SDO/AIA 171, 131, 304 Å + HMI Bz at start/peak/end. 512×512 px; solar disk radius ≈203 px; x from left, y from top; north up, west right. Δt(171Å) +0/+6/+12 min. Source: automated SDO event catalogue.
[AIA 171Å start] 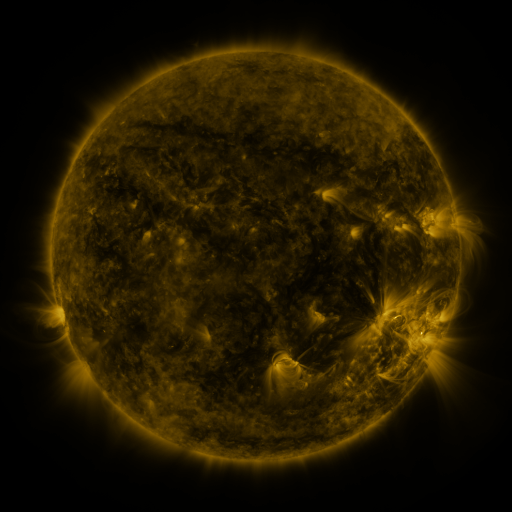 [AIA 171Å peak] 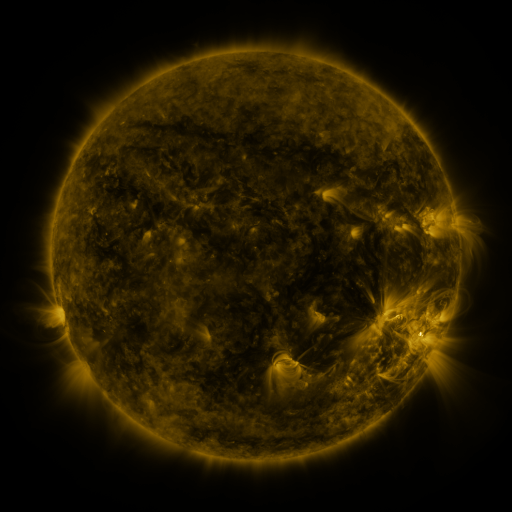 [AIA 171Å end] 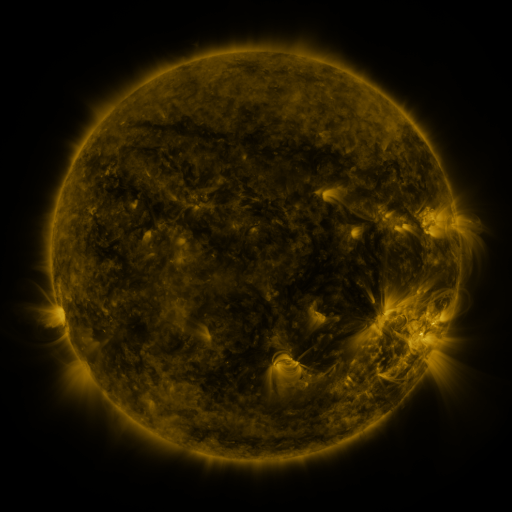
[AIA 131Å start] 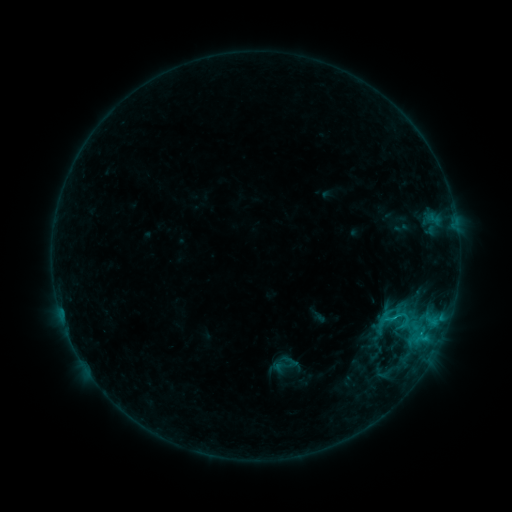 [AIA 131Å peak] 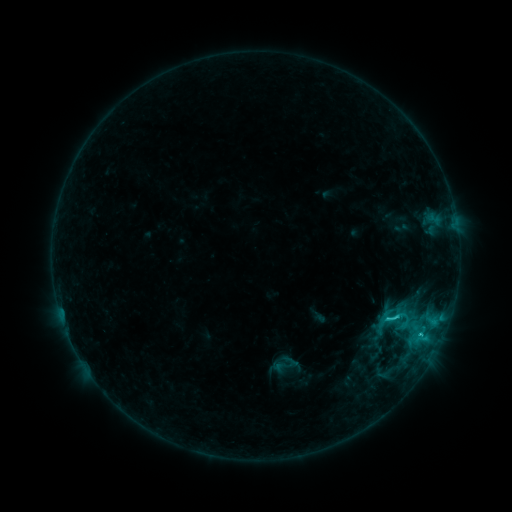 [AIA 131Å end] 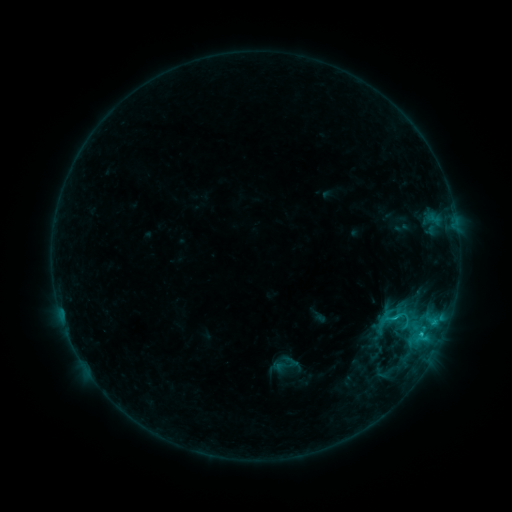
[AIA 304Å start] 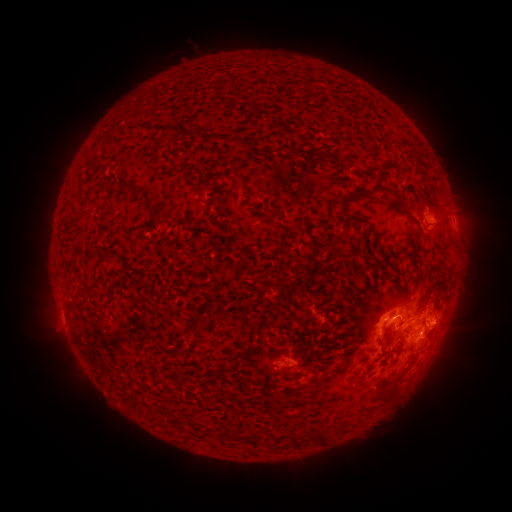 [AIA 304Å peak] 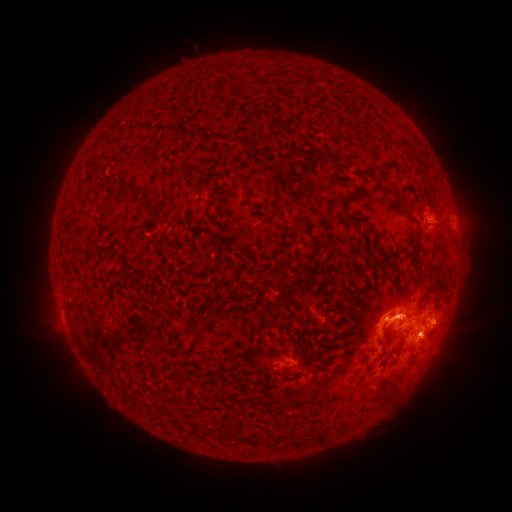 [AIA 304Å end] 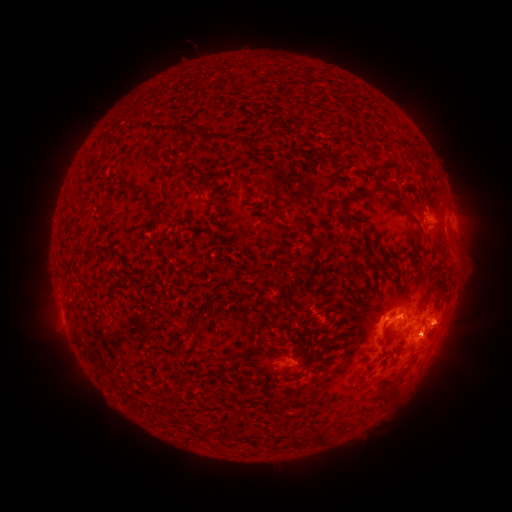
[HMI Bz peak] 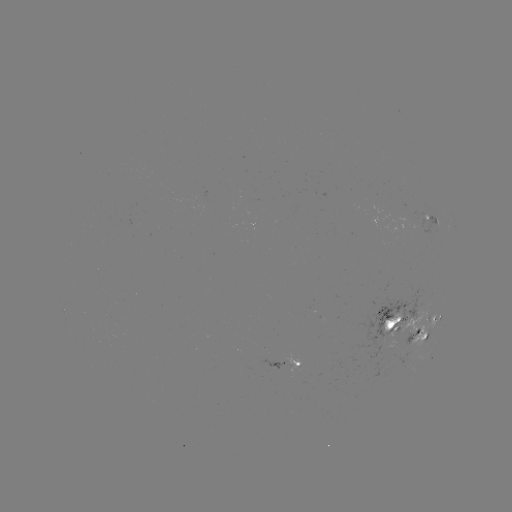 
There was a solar flare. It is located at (393, 316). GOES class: C3.5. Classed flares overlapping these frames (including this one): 1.